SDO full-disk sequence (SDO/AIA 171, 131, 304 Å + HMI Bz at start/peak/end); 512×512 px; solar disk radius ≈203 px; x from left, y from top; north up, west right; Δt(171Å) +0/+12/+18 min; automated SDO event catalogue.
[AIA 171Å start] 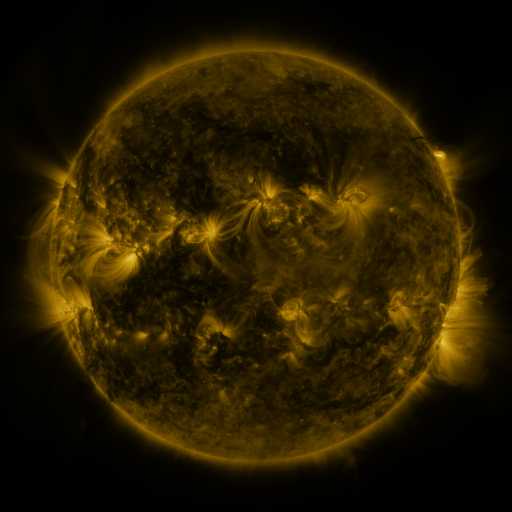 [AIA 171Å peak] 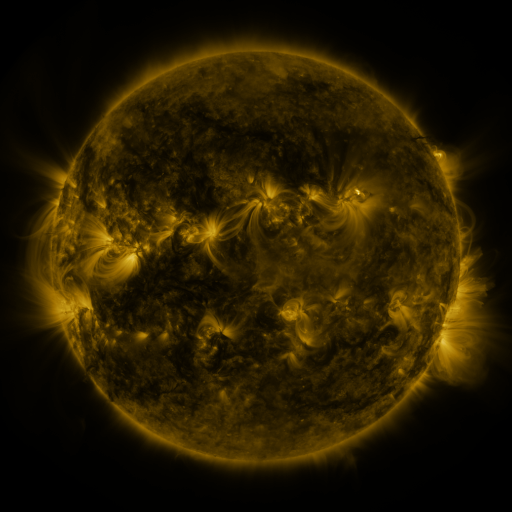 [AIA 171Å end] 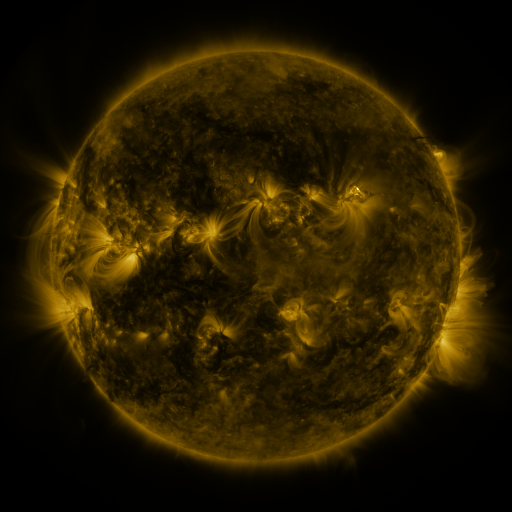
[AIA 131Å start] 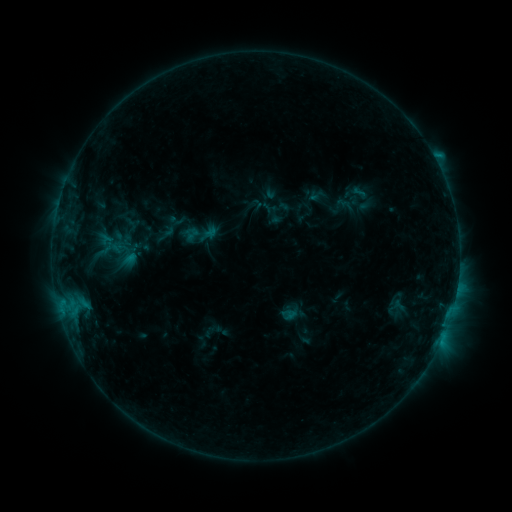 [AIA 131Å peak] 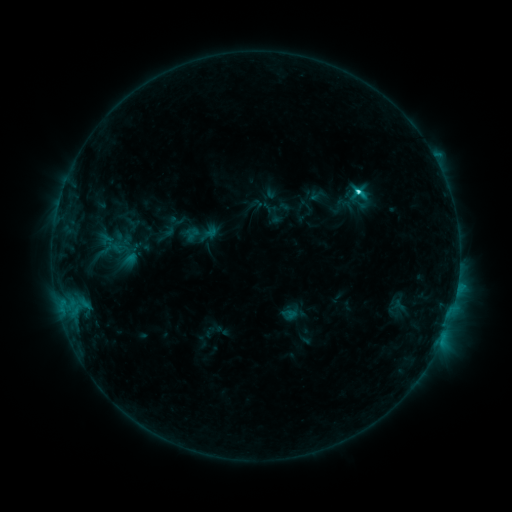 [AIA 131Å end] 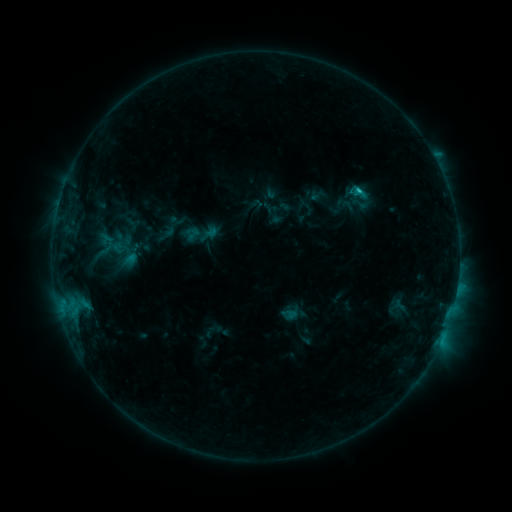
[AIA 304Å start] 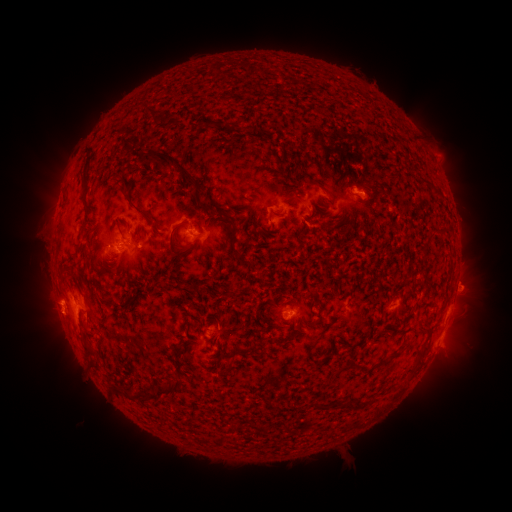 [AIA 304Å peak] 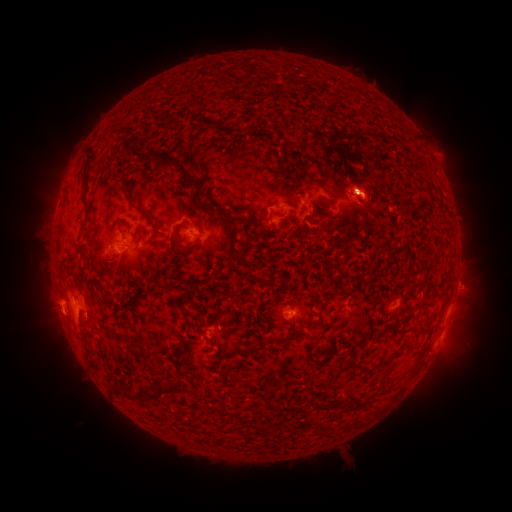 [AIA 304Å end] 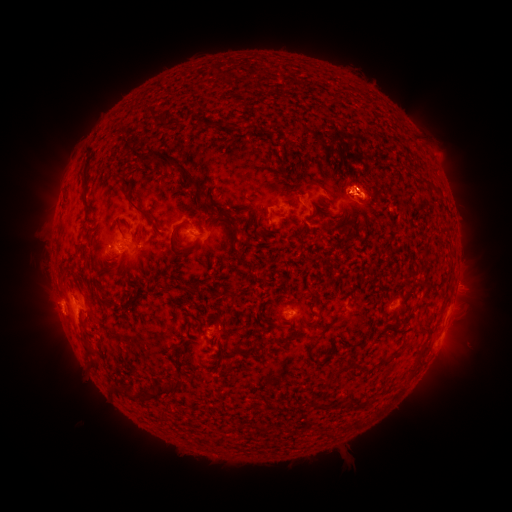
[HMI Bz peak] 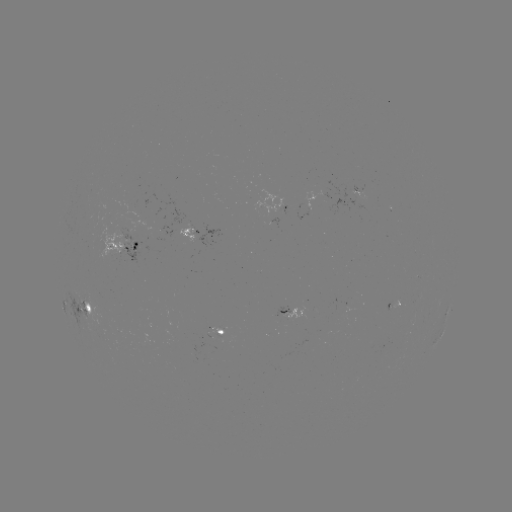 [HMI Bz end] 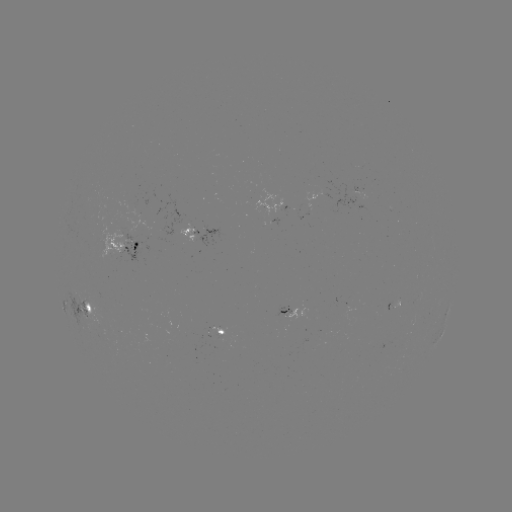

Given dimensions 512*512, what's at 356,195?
C2.9 flare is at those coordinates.